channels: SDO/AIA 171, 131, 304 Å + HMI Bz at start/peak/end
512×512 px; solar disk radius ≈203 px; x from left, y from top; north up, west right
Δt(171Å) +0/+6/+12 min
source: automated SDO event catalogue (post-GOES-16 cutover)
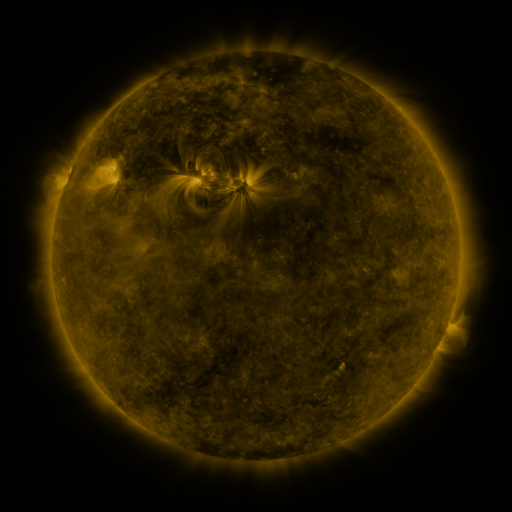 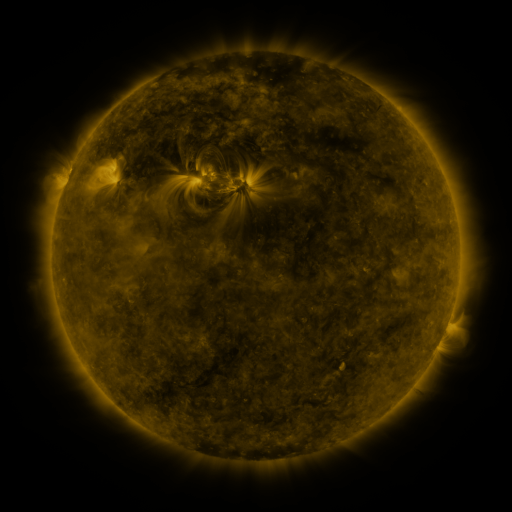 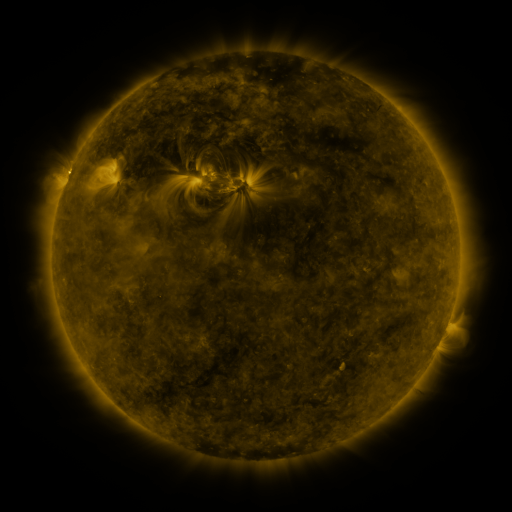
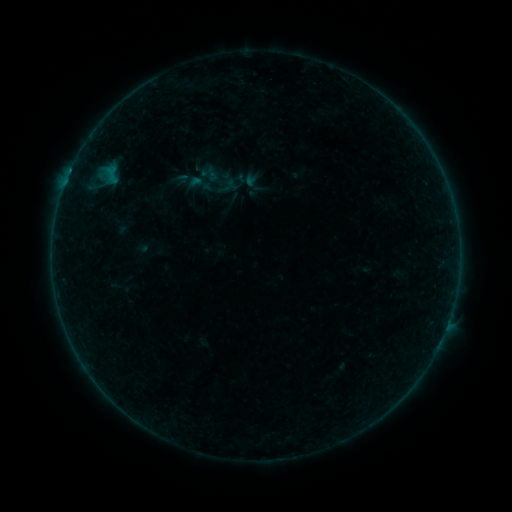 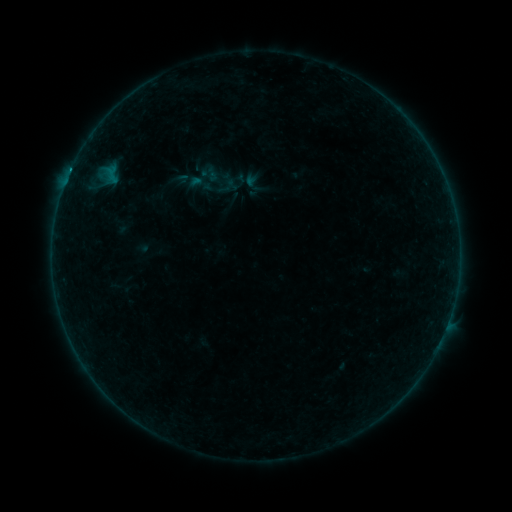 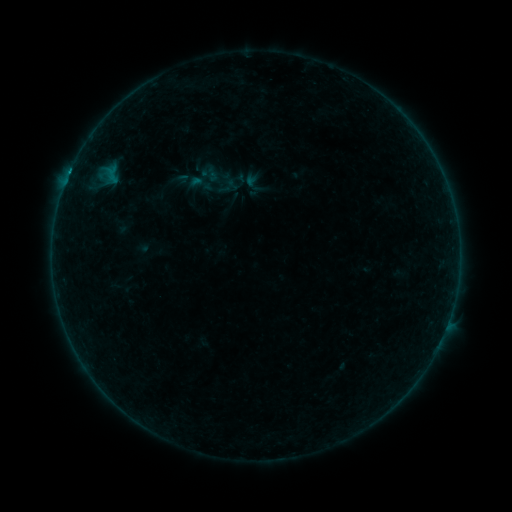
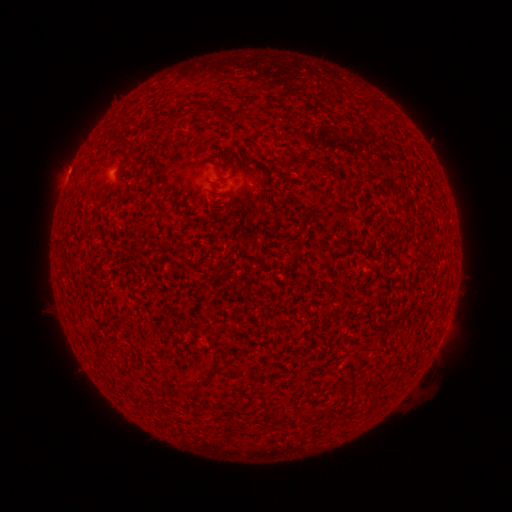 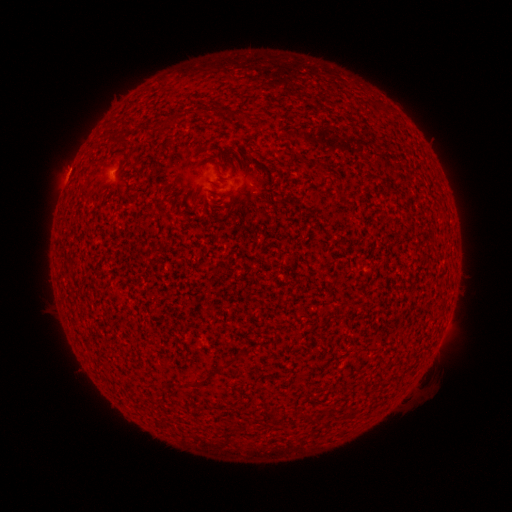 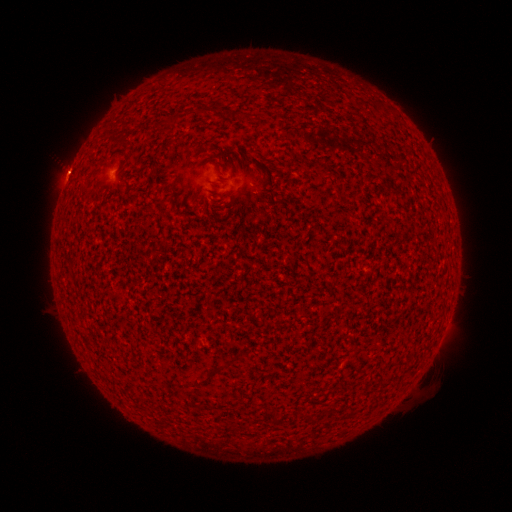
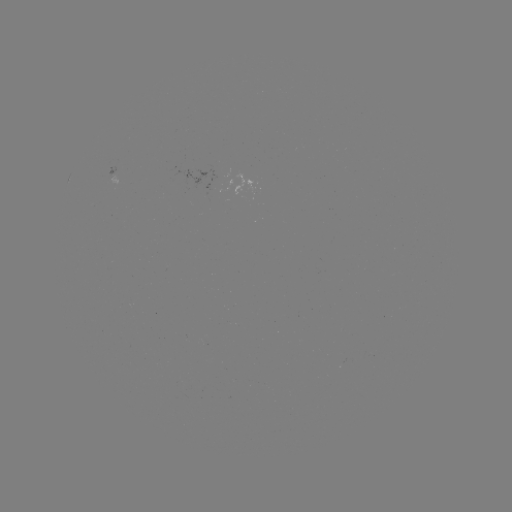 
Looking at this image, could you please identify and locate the B2.1 flare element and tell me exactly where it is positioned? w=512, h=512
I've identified B2.1 flare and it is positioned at [70, 174].